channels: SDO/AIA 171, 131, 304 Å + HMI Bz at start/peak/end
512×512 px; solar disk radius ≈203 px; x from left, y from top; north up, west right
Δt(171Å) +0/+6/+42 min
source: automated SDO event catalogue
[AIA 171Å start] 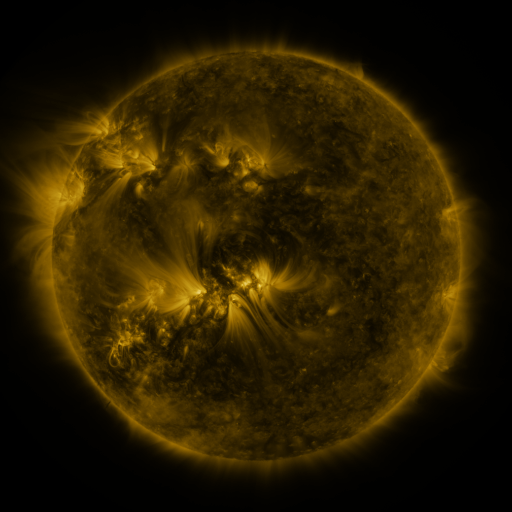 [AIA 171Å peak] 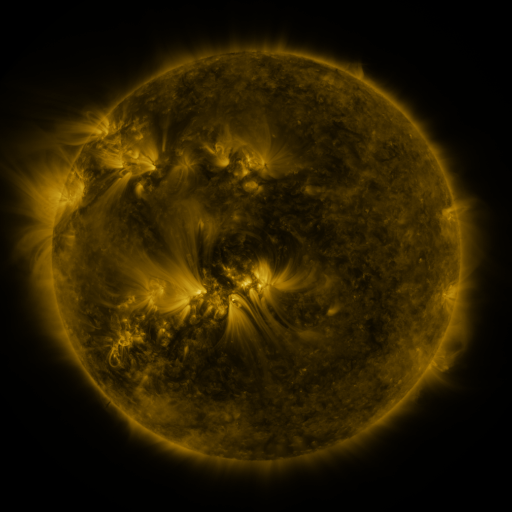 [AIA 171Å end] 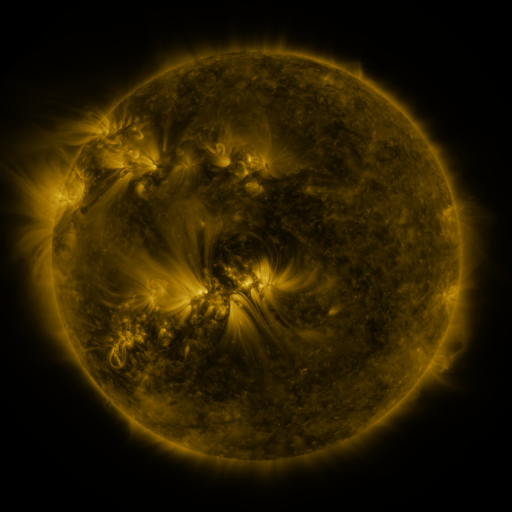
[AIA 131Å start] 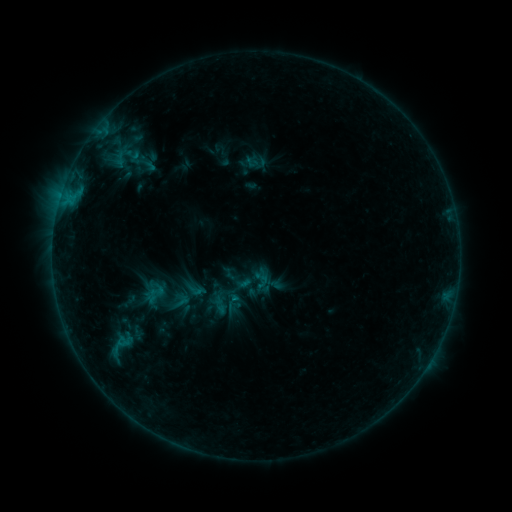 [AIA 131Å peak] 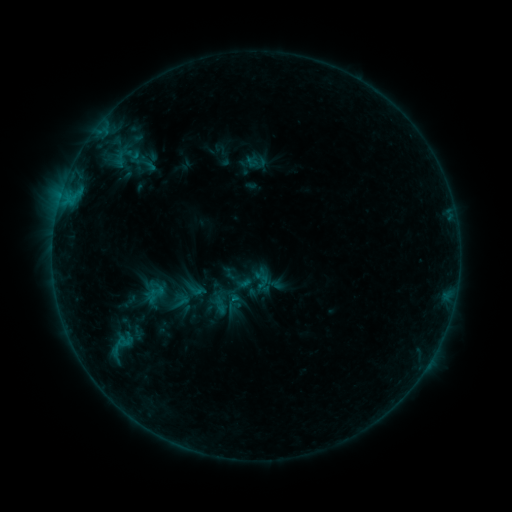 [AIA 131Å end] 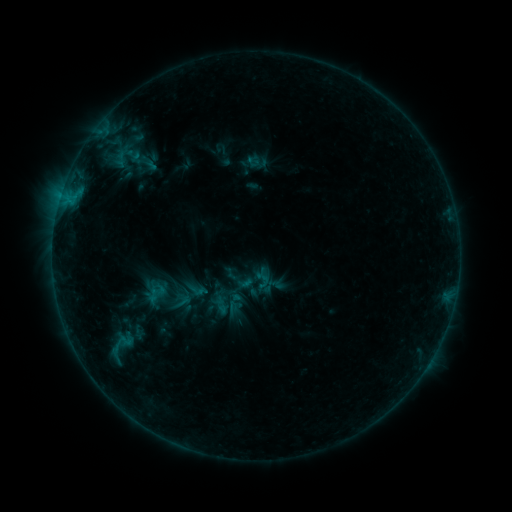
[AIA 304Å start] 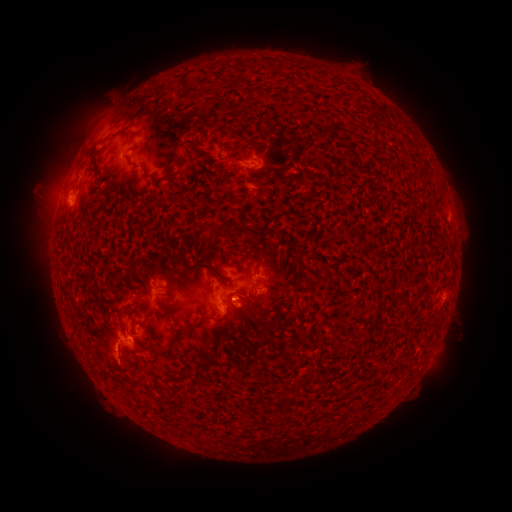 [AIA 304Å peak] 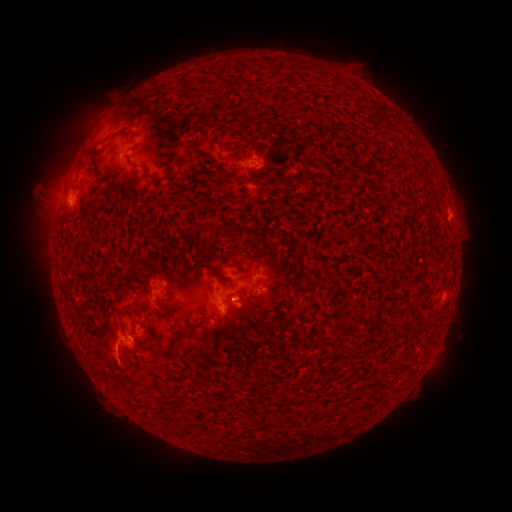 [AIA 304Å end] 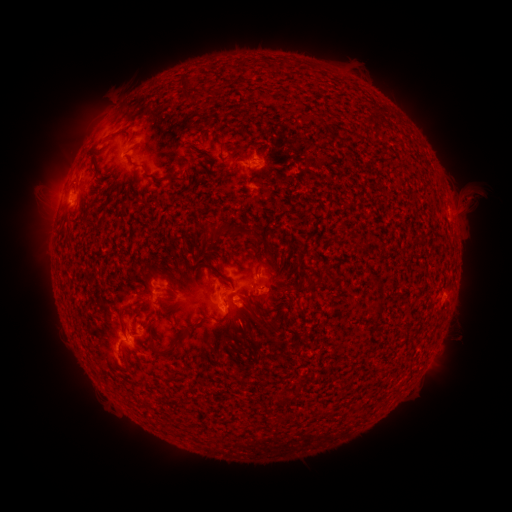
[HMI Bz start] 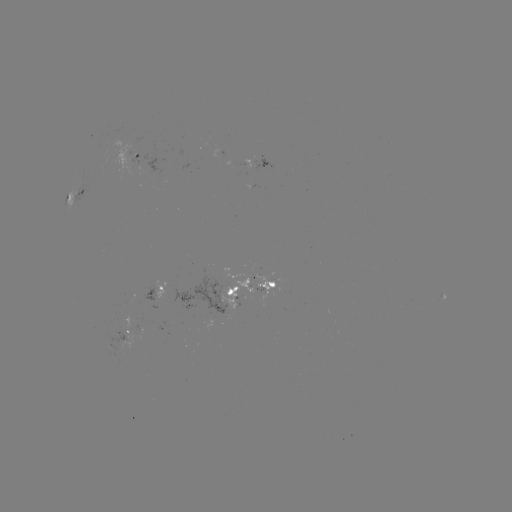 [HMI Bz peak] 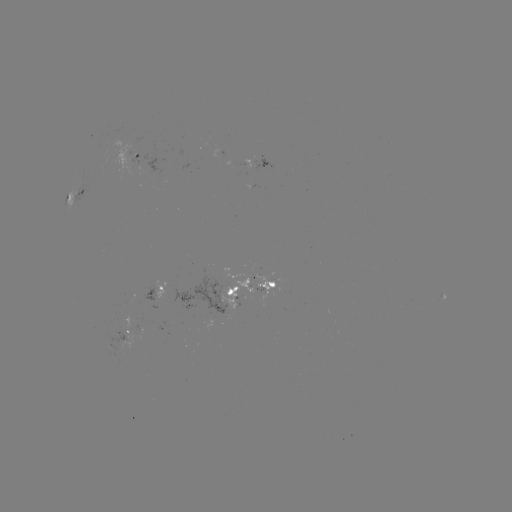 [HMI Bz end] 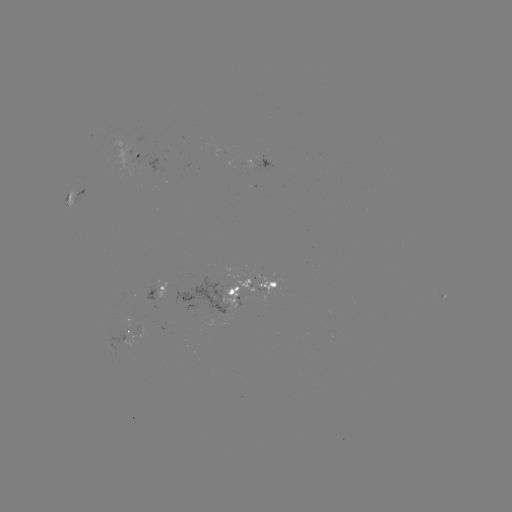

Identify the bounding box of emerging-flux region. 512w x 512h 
[236, 279, 253, 292].